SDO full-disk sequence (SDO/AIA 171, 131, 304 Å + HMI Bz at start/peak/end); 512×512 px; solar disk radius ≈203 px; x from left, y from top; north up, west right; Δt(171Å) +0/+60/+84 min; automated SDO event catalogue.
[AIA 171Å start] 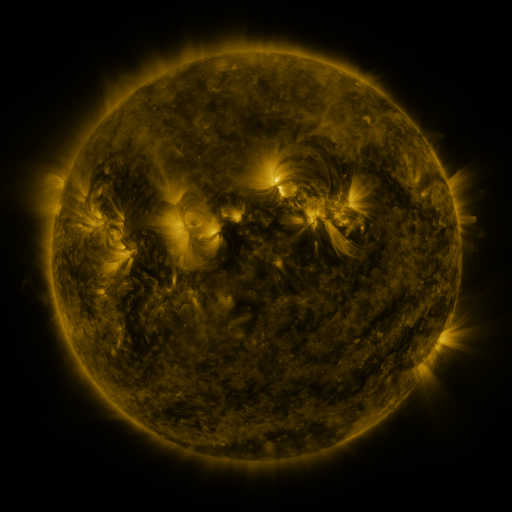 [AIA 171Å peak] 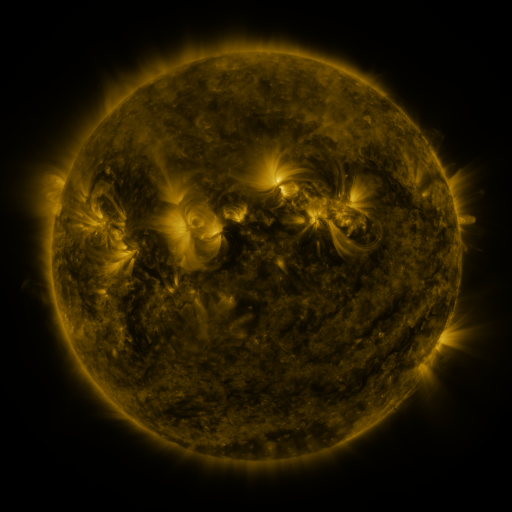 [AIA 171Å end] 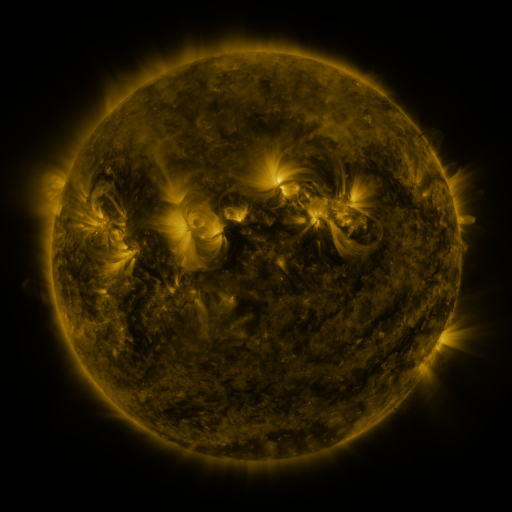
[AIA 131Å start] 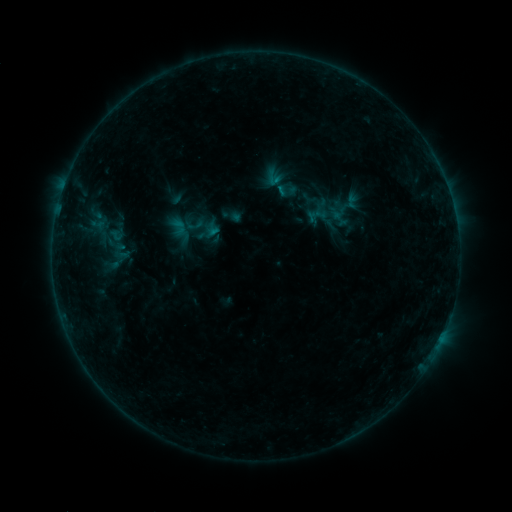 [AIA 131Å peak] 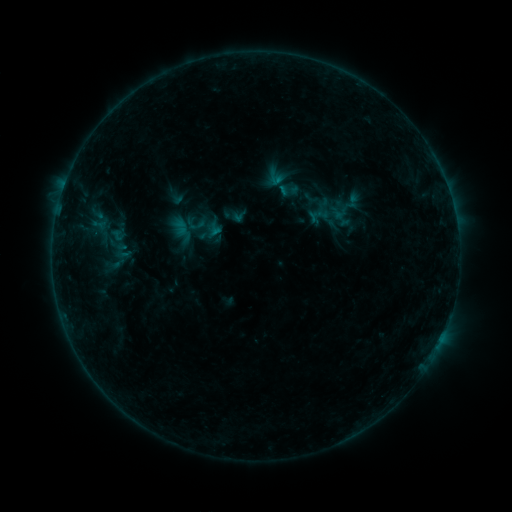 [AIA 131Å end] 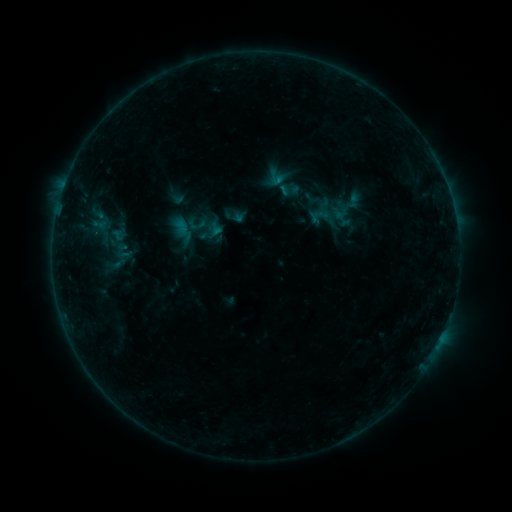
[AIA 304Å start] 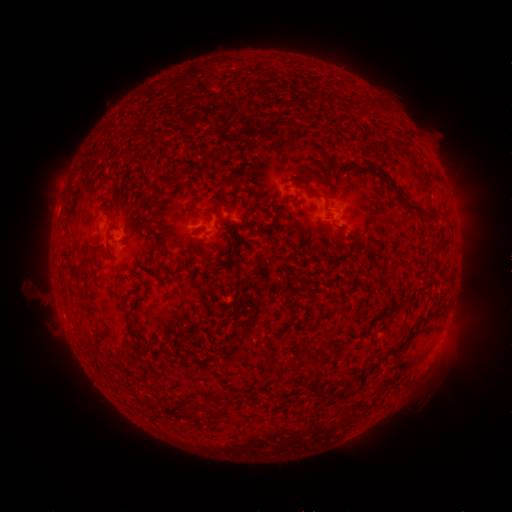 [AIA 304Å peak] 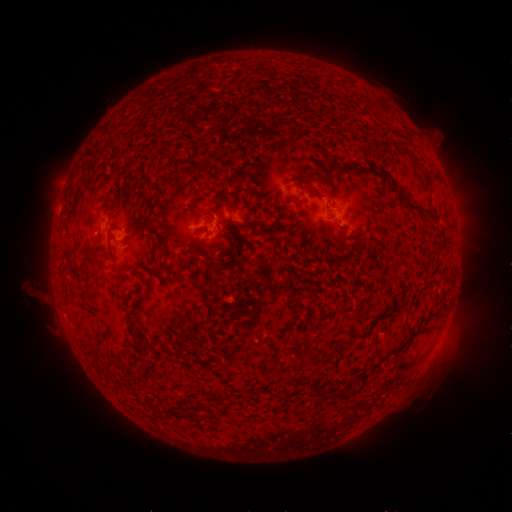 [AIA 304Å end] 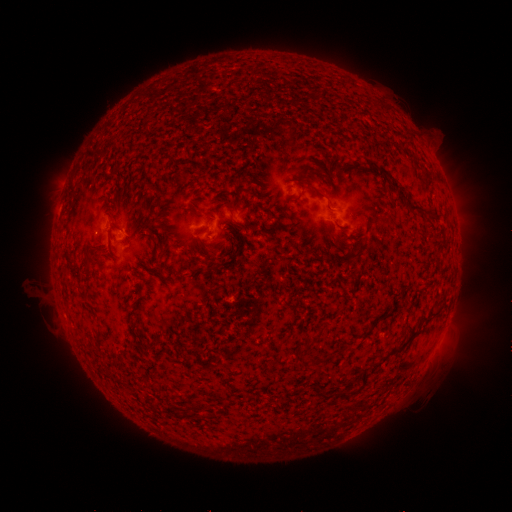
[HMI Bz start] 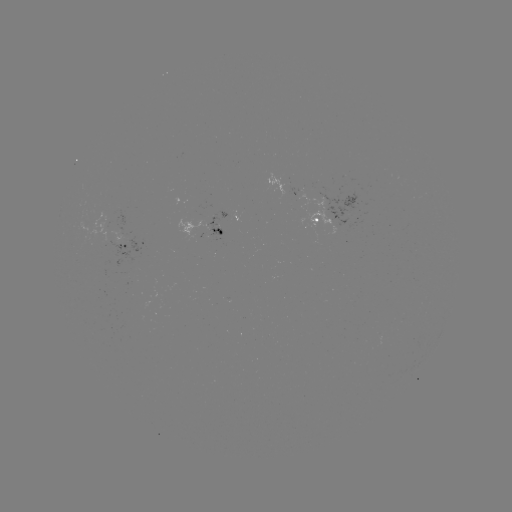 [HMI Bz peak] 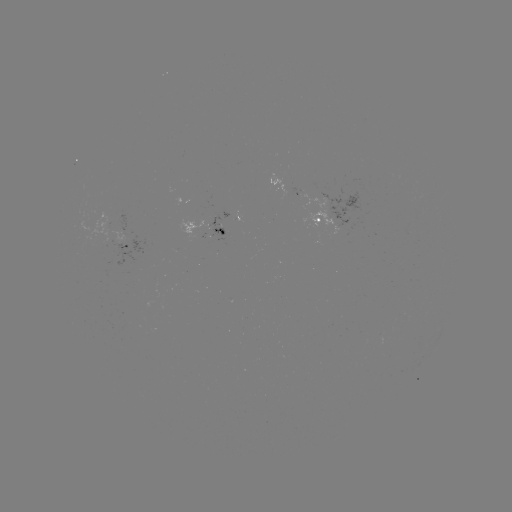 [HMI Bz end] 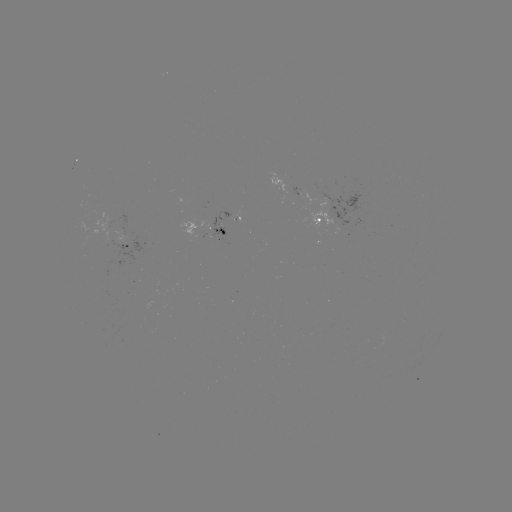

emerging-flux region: (102, 226, 109, 243)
